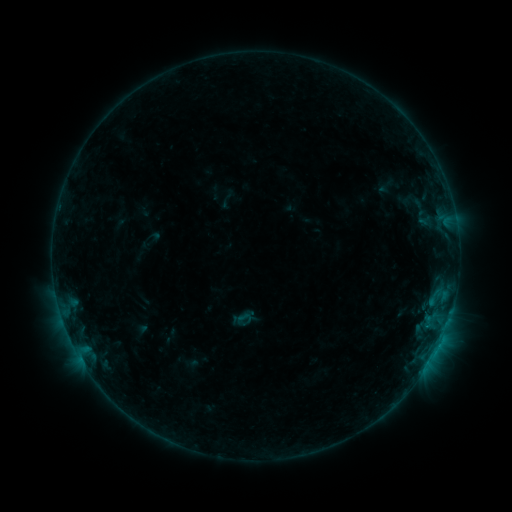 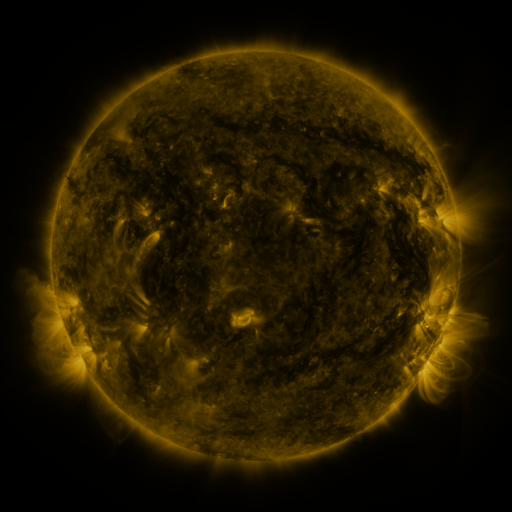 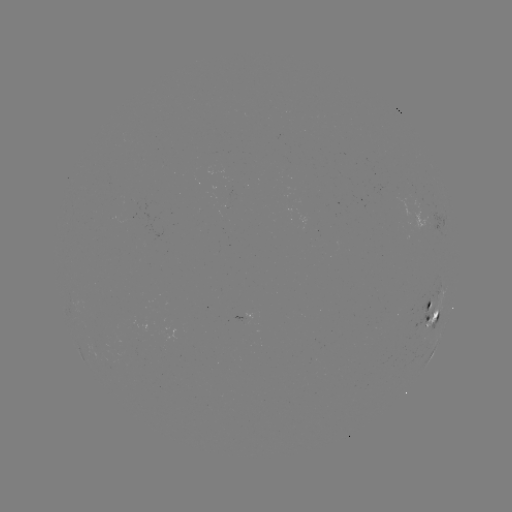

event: sigmoid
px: (245, 317)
